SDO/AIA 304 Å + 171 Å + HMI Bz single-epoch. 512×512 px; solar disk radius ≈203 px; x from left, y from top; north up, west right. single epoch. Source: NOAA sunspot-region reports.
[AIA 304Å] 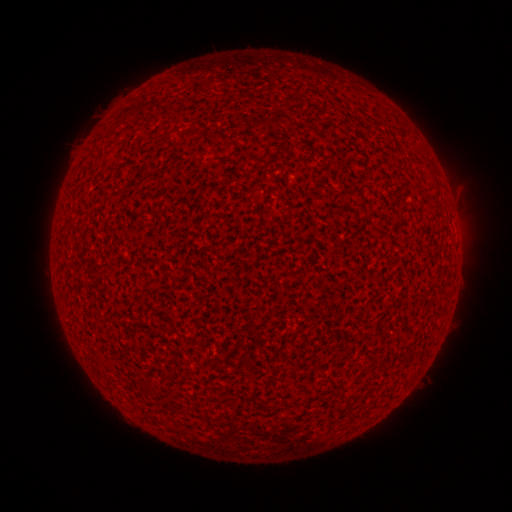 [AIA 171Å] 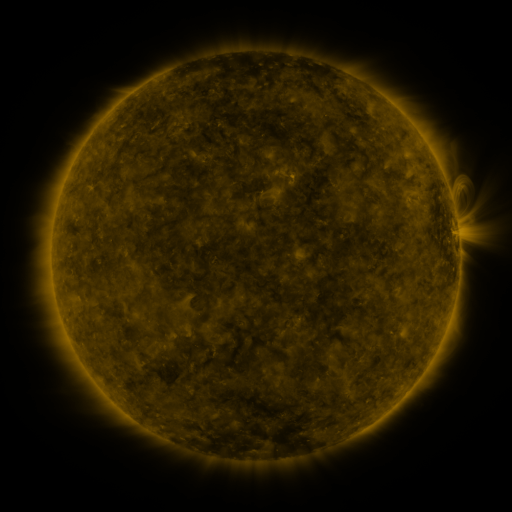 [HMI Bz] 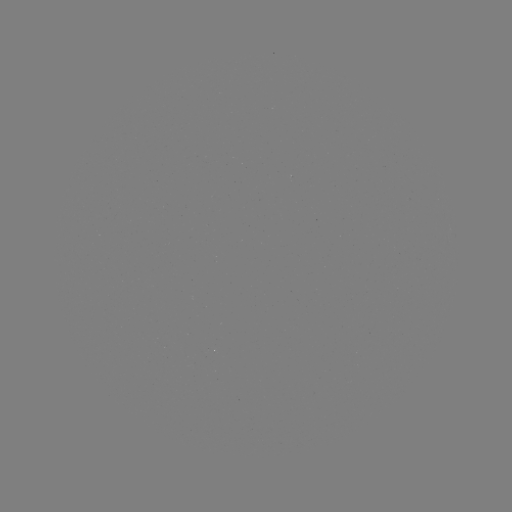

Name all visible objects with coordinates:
(none)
